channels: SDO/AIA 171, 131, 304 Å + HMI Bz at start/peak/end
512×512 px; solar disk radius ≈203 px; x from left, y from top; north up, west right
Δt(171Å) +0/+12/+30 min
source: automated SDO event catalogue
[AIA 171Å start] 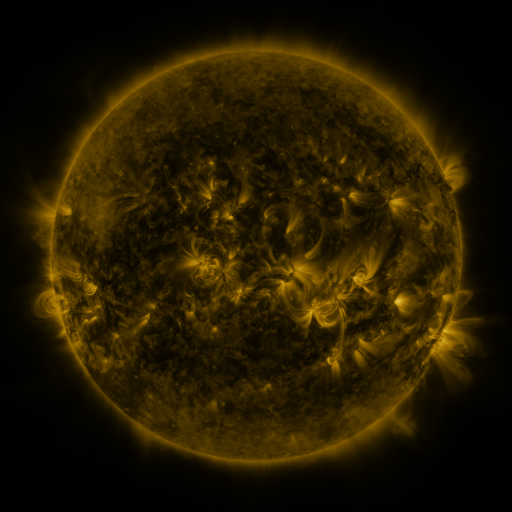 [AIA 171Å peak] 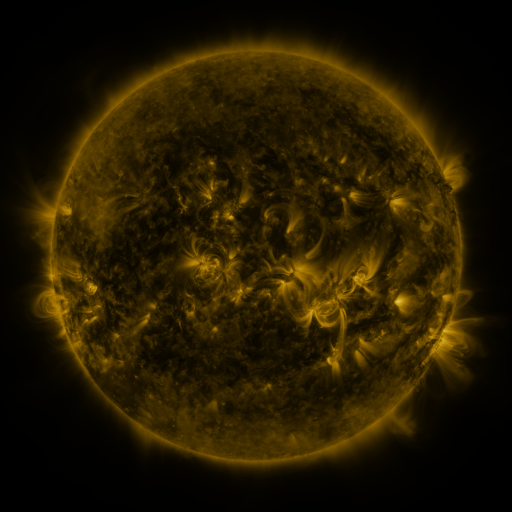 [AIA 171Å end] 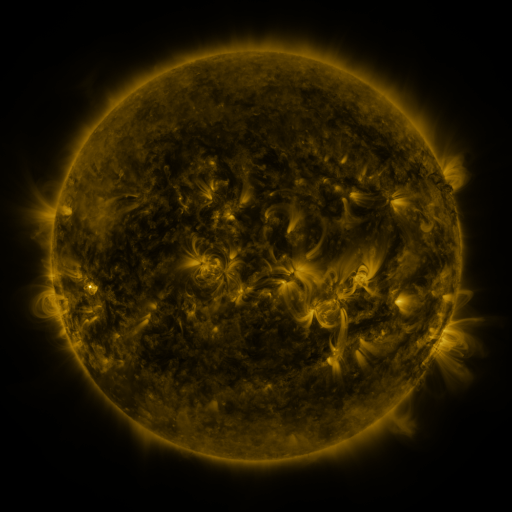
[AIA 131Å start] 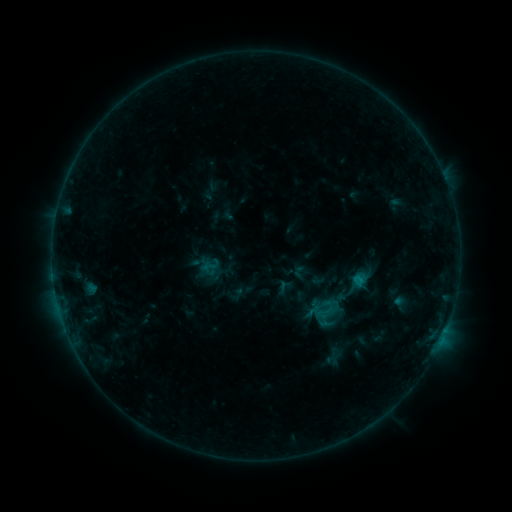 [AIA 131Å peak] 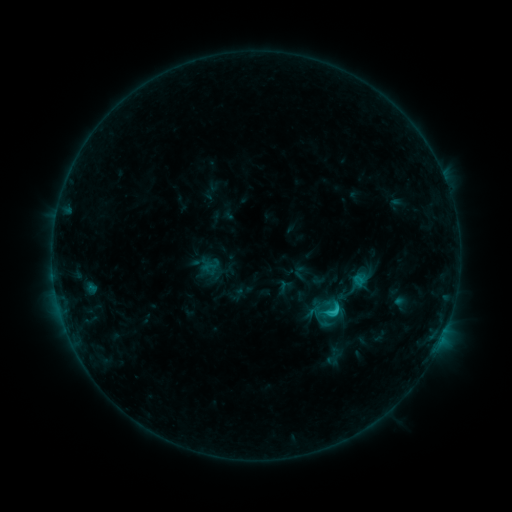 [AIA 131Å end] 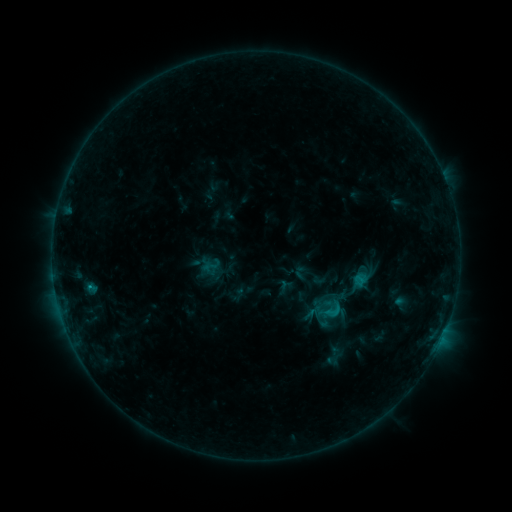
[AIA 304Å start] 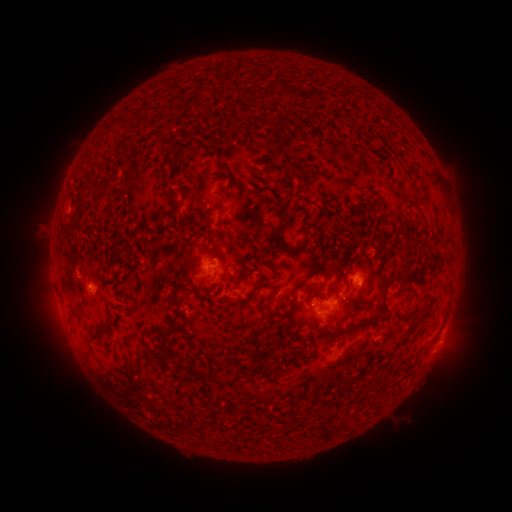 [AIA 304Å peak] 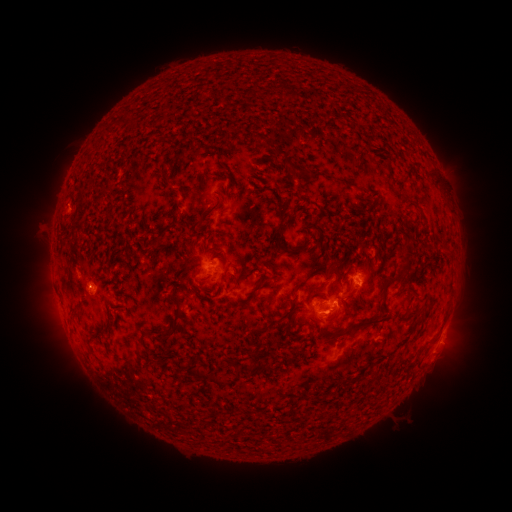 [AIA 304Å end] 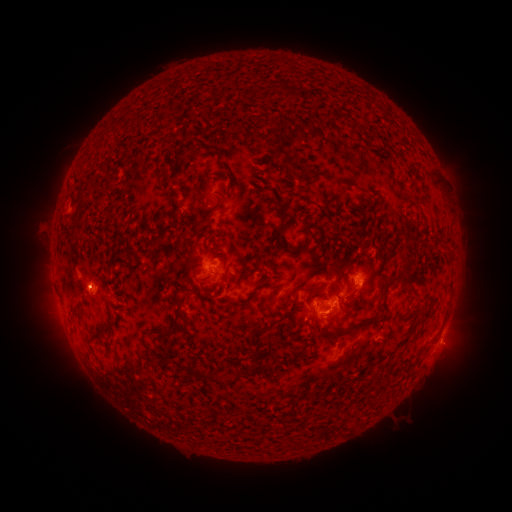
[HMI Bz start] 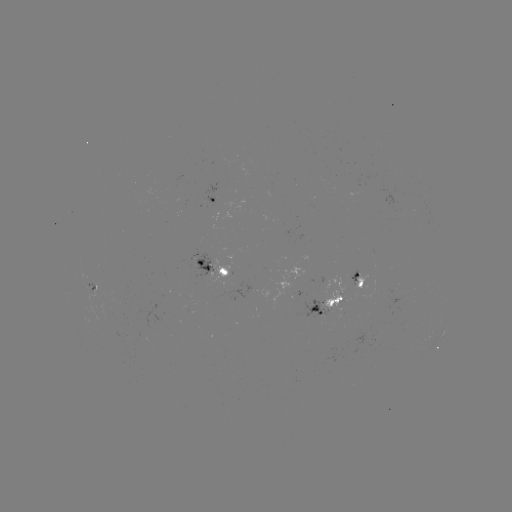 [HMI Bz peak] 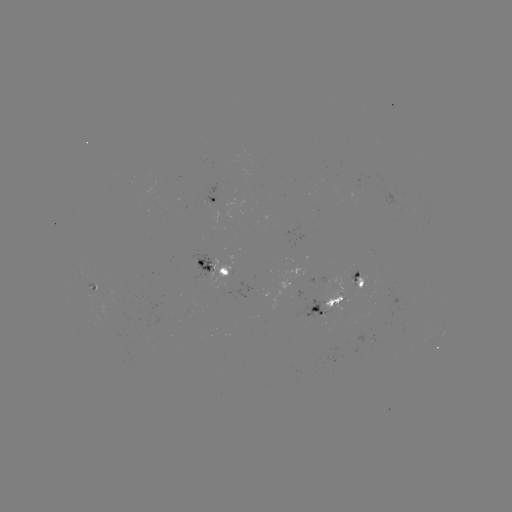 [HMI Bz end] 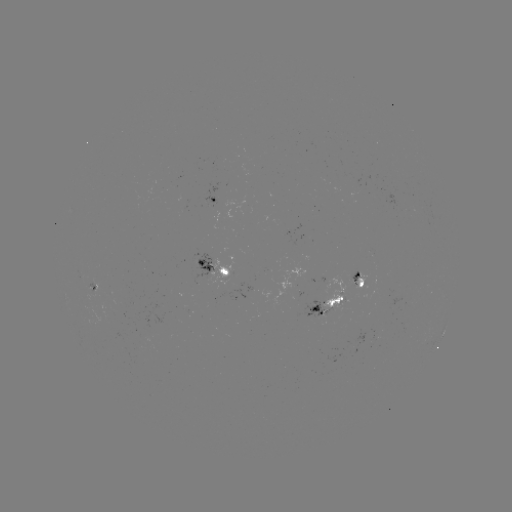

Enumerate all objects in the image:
C1.4 flare: (334, 309)
